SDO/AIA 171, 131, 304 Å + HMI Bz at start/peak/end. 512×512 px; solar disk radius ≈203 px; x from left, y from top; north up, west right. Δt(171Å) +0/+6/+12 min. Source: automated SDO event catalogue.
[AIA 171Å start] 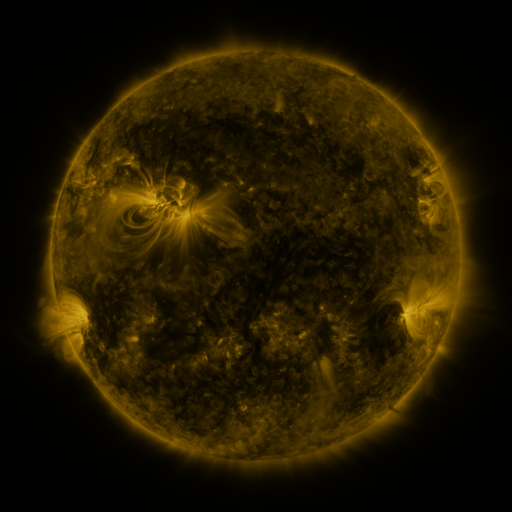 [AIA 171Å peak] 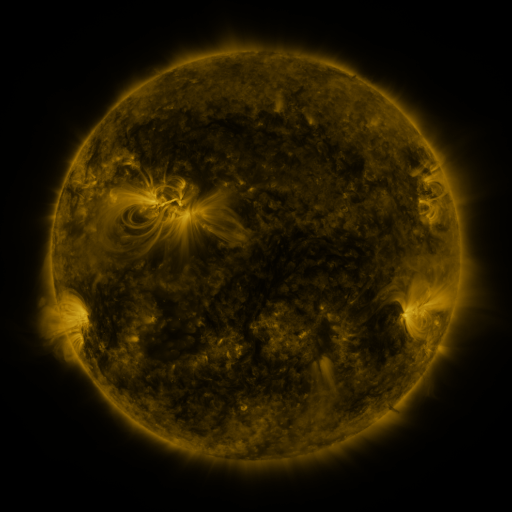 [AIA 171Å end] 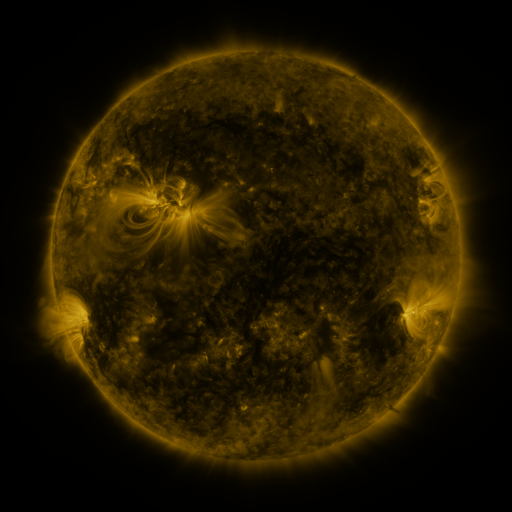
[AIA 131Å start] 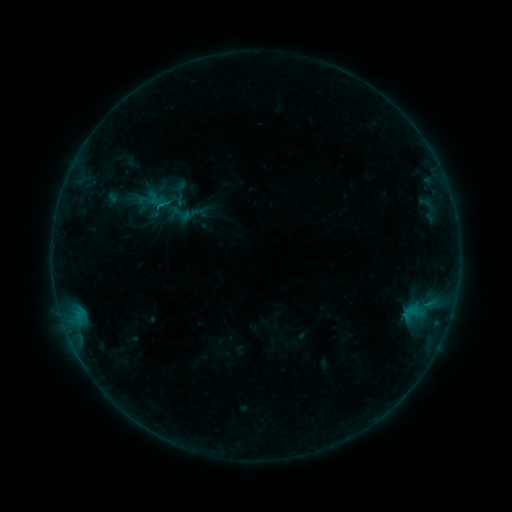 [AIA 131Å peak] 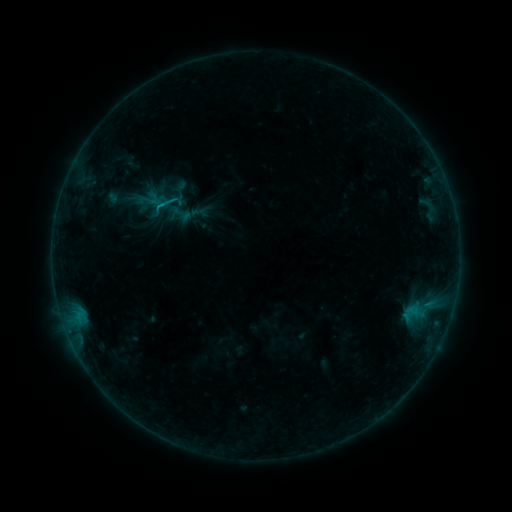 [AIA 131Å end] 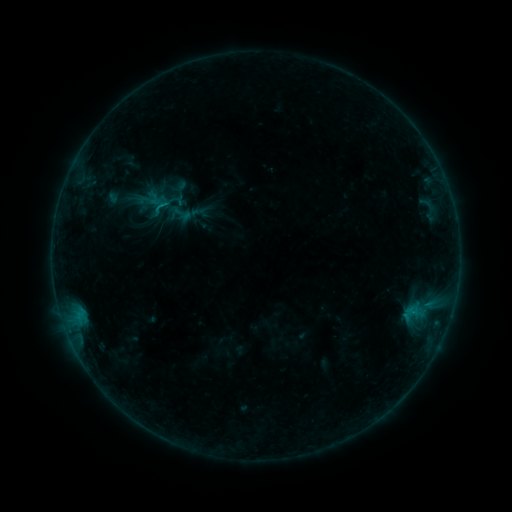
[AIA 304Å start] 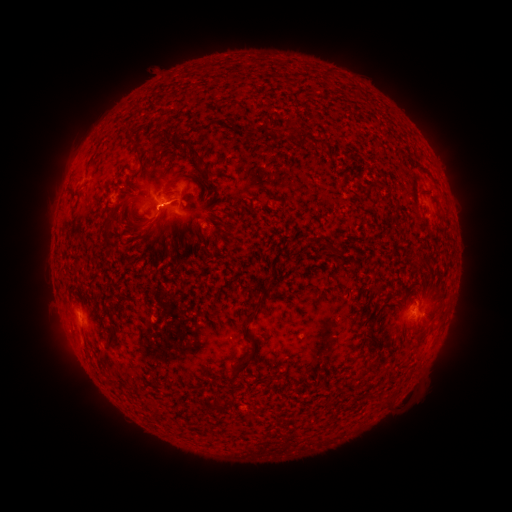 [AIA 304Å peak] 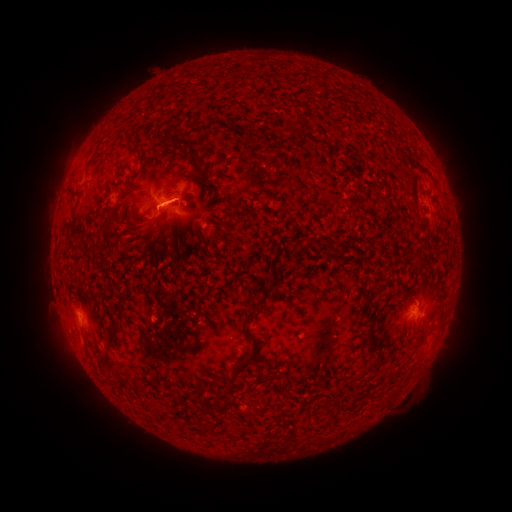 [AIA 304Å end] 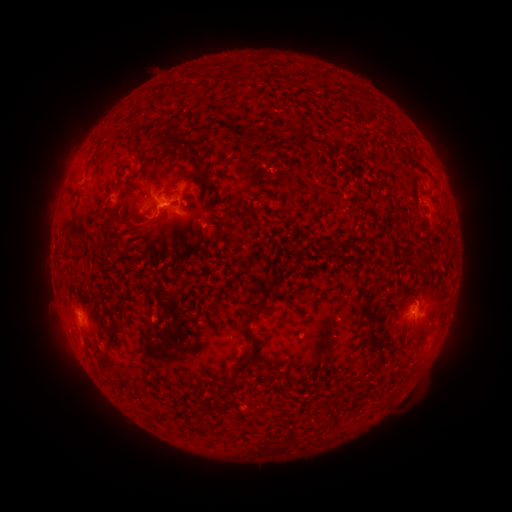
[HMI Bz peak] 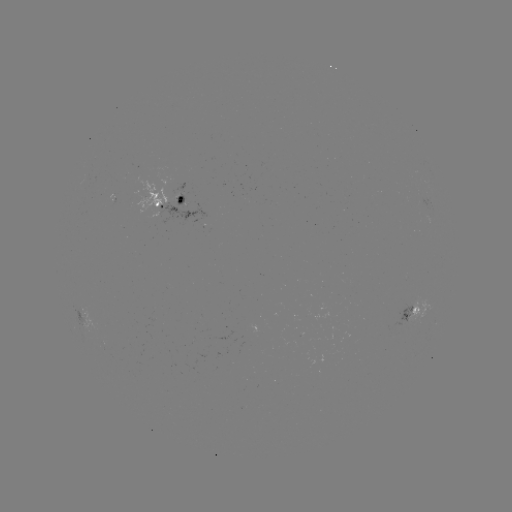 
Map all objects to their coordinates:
B4.8 flare: (314, 456)
